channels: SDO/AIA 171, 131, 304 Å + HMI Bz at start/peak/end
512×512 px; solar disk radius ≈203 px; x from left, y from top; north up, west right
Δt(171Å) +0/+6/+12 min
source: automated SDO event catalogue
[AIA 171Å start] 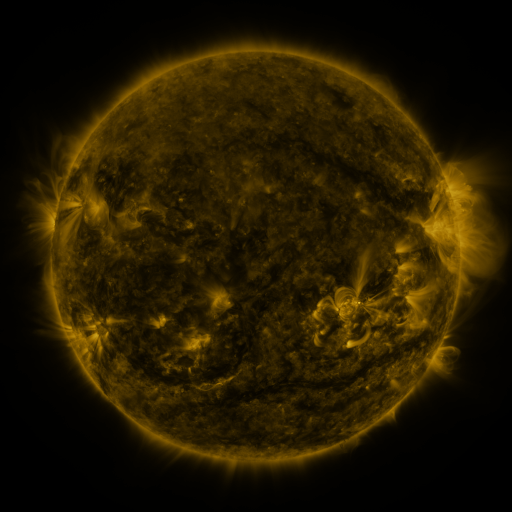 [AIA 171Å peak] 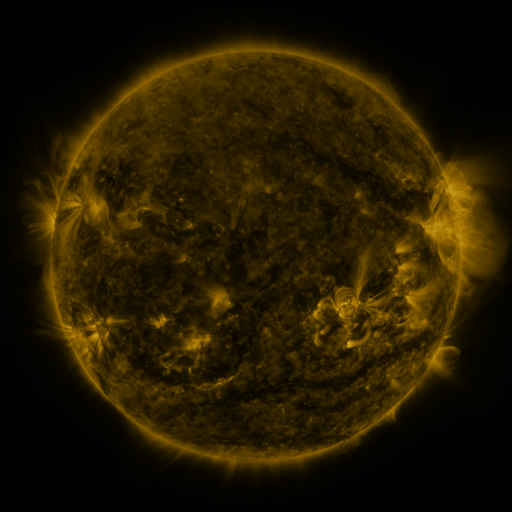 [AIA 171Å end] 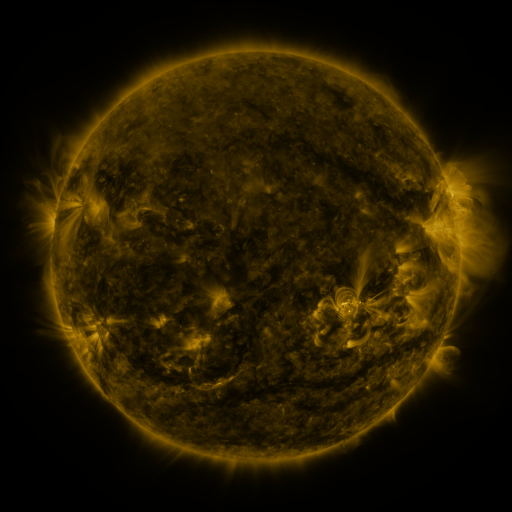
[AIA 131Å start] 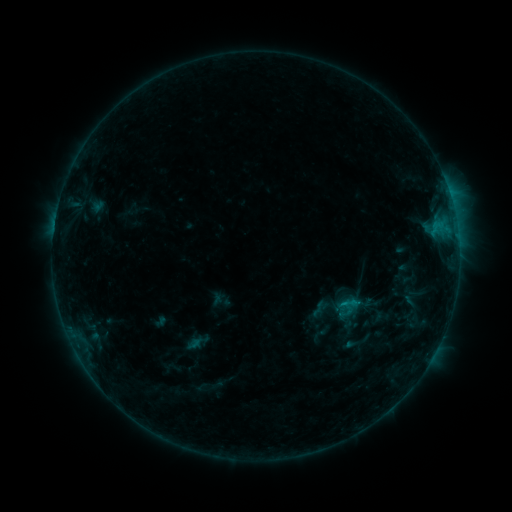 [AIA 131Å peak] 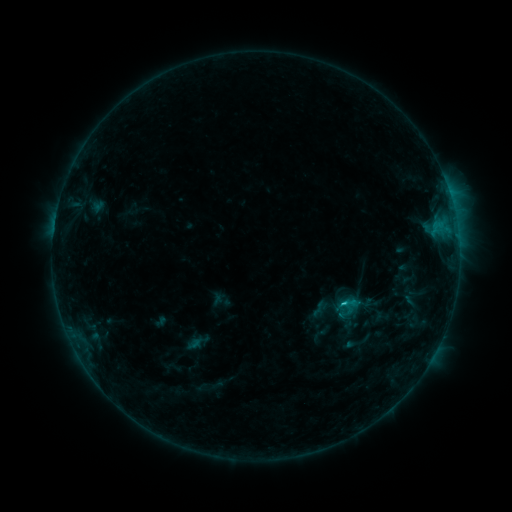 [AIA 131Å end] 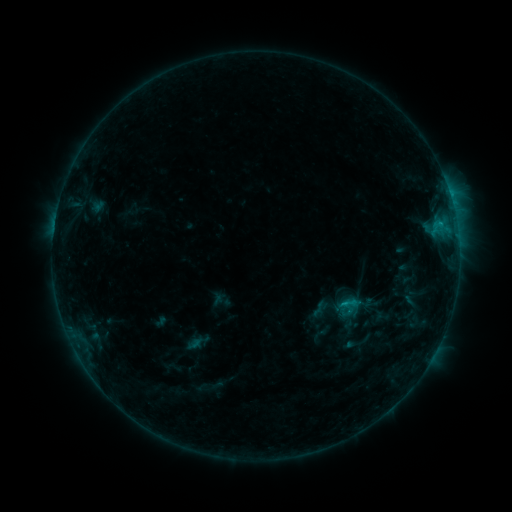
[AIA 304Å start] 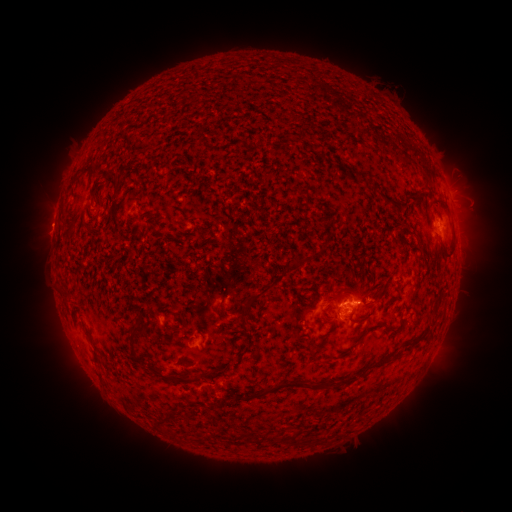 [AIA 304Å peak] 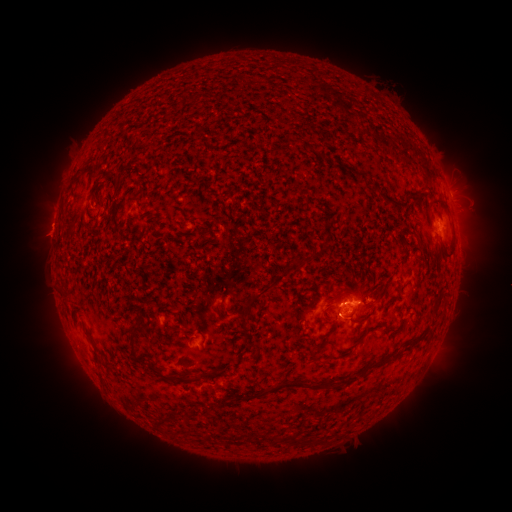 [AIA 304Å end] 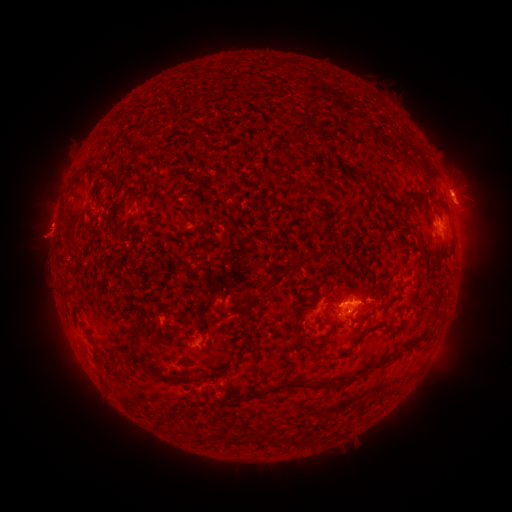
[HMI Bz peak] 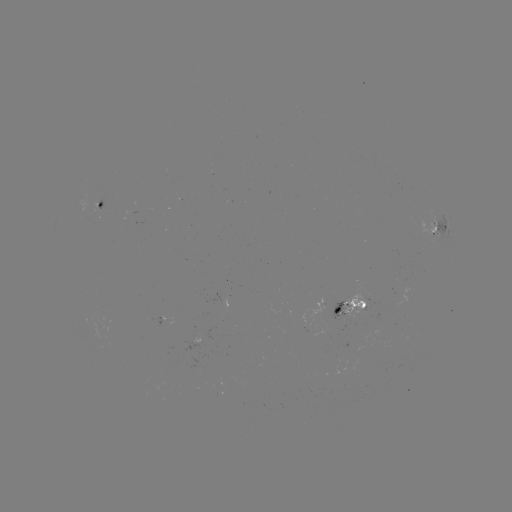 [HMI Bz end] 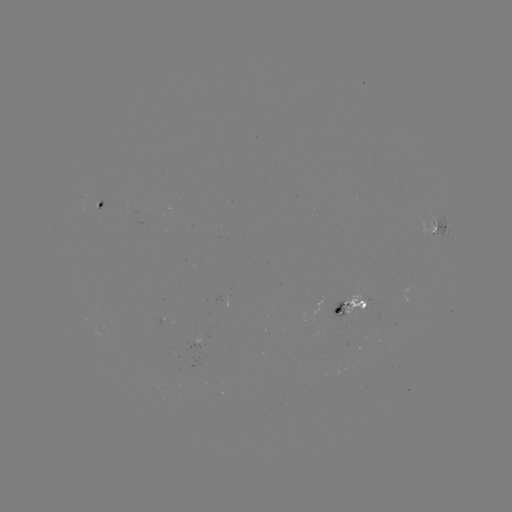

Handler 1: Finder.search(C1.1 flare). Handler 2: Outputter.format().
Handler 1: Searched C1.1 flare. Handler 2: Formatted [343, 302].